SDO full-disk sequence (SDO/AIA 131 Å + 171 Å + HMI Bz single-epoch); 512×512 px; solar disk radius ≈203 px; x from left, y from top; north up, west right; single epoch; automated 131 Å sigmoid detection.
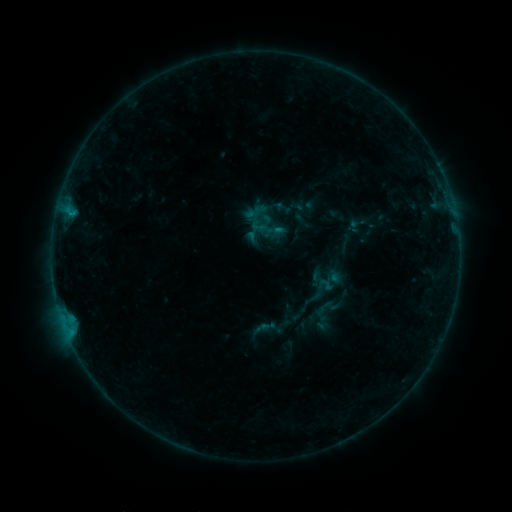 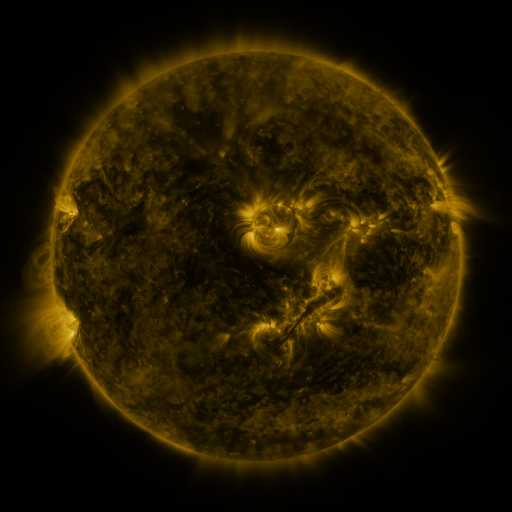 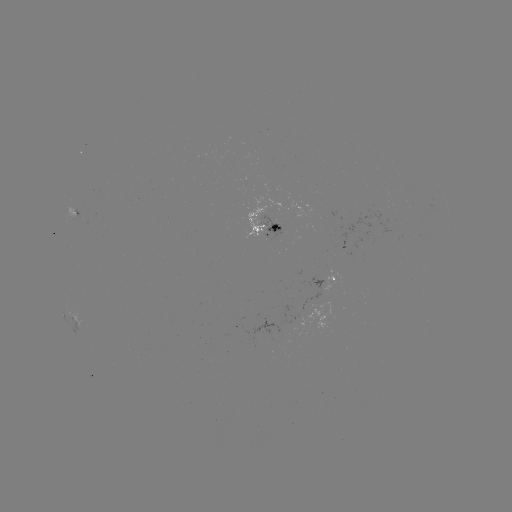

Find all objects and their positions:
sigmoid: (263, 214)
sigmoid: (325, 285)
